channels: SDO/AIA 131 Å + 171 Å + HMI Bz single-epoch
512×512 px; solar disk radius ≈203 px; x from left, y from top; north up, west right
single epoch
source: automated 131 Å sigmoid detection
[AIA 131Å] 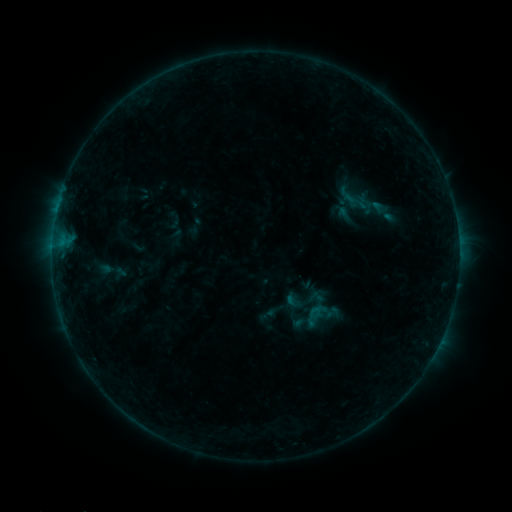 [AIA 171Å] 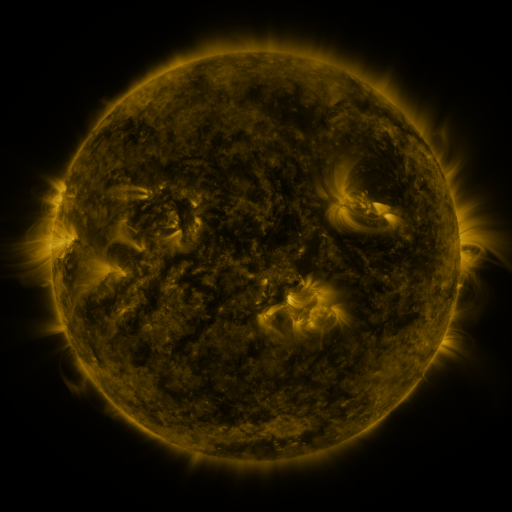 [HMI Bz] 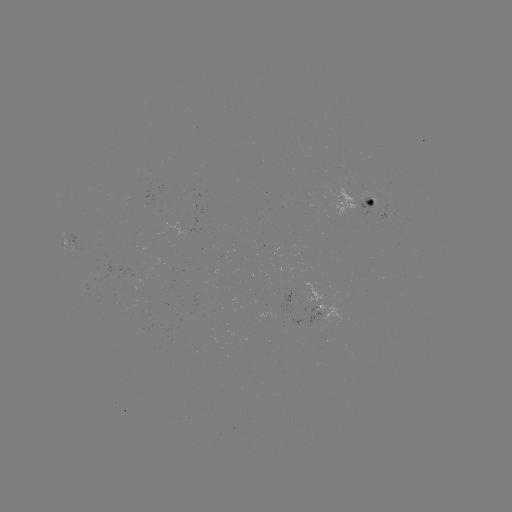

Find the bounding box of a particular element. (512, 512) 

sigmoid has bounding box [329, 172, 382, 220].